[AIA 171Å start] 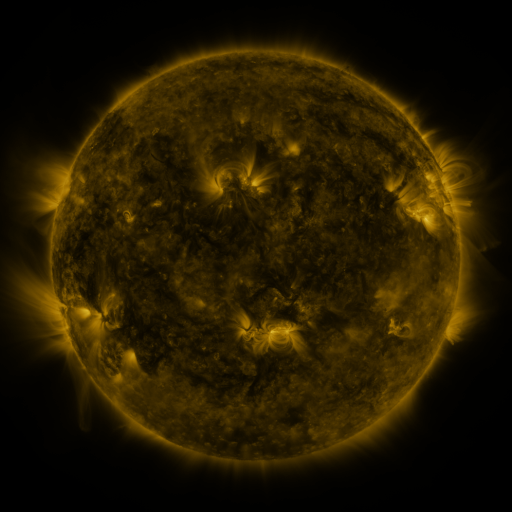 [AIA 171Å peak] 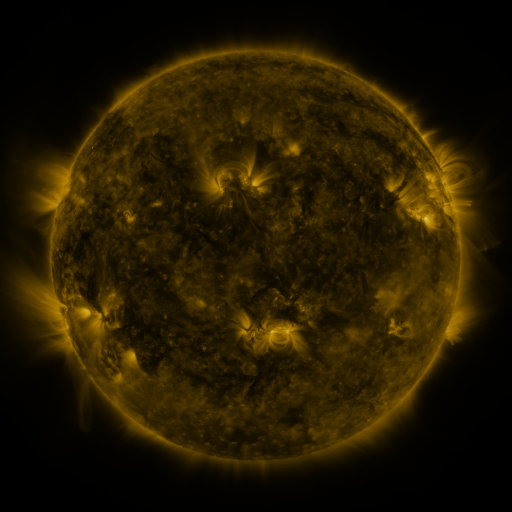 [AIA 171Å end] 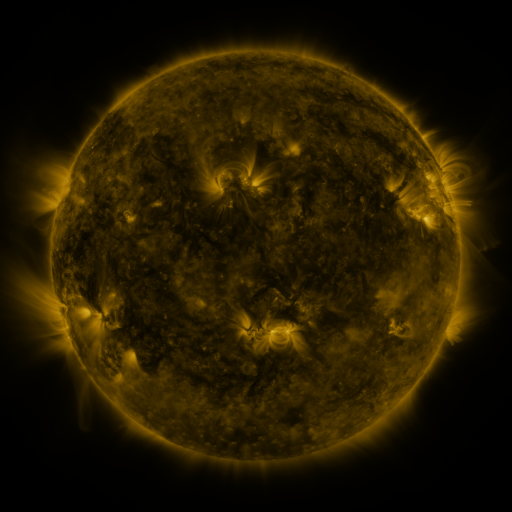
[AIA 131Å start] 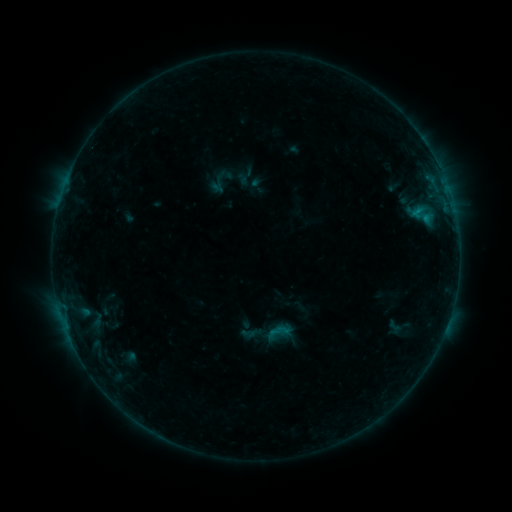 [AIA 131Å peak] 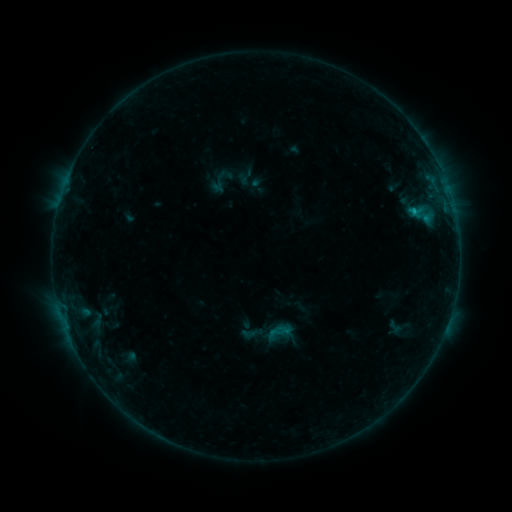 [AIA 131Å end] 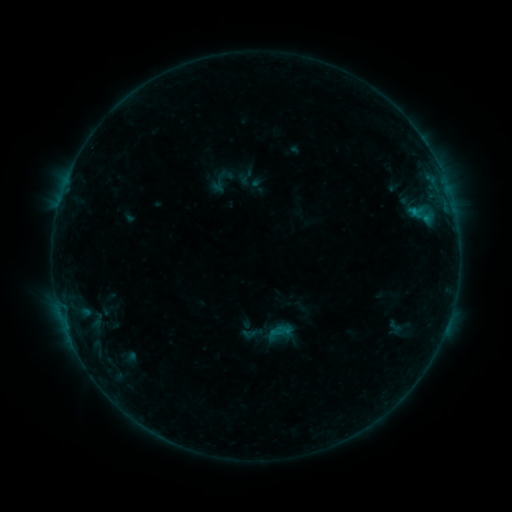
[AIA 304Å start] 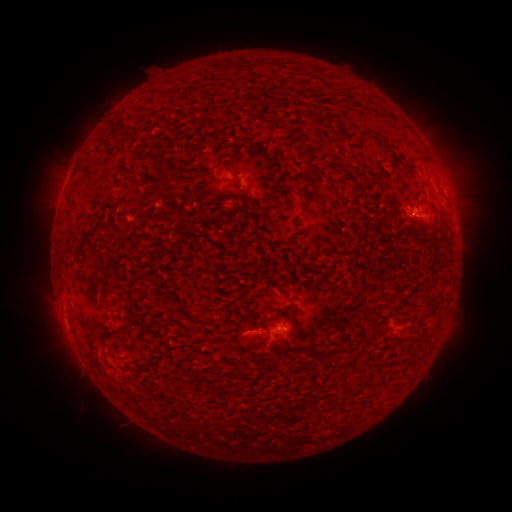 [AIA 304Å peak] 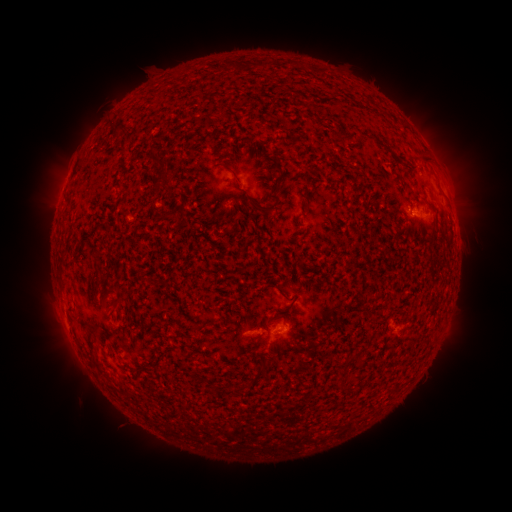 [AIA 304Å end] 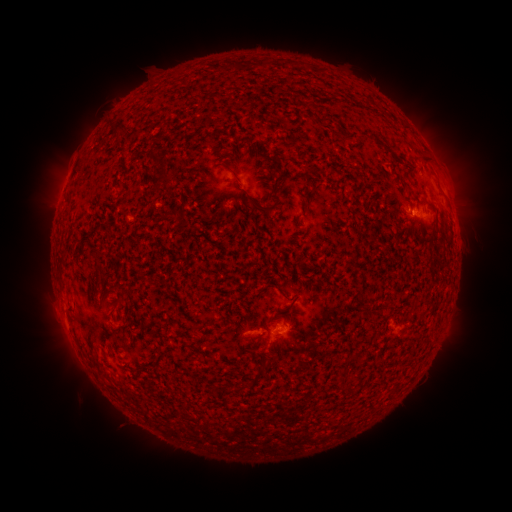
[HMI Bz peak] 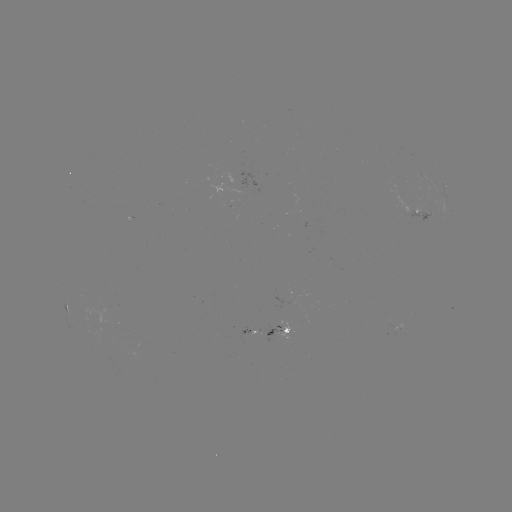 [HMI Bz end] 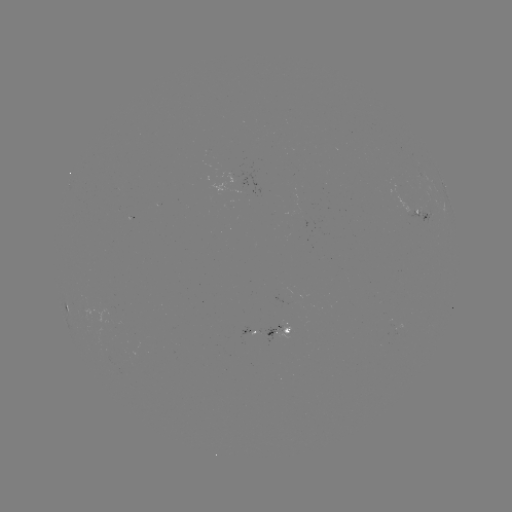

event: flare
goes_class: B5.7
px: (411, 215)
